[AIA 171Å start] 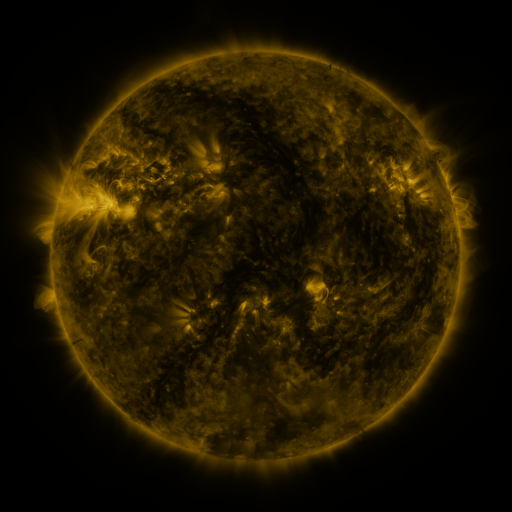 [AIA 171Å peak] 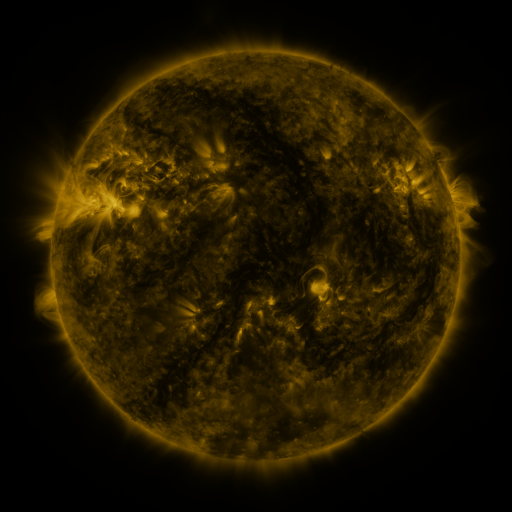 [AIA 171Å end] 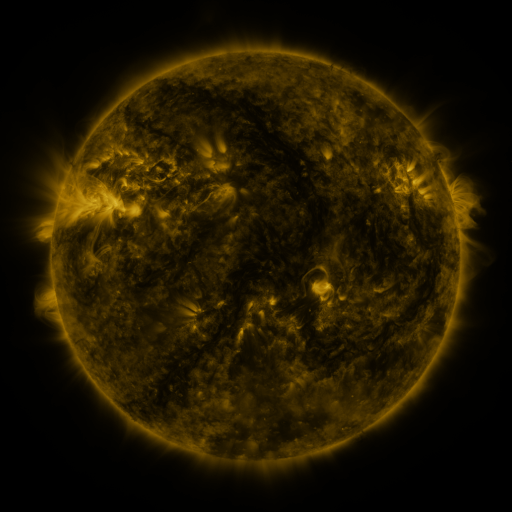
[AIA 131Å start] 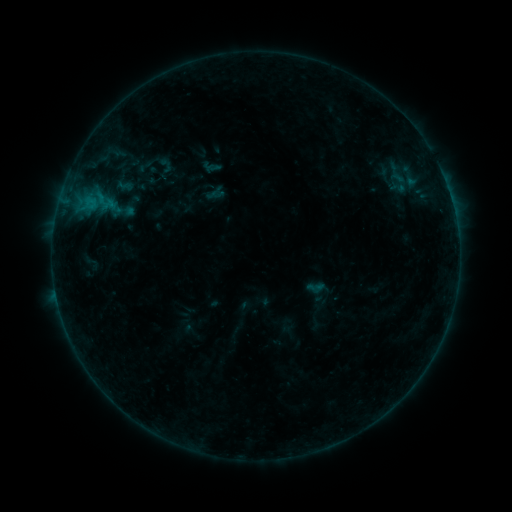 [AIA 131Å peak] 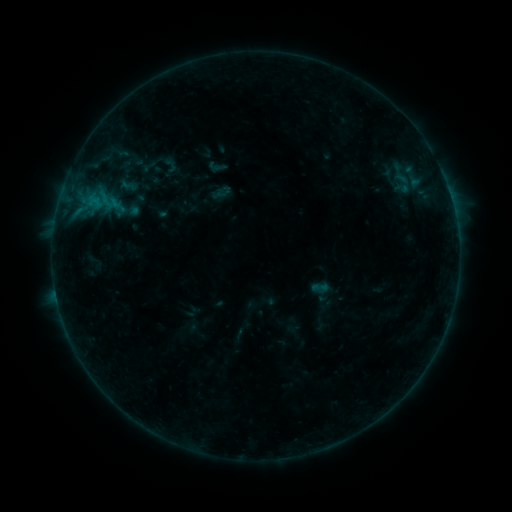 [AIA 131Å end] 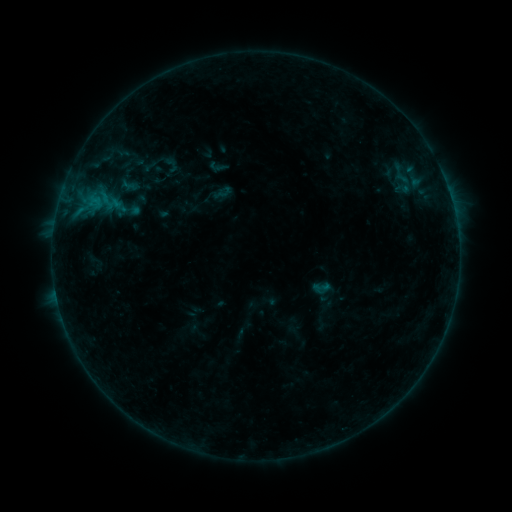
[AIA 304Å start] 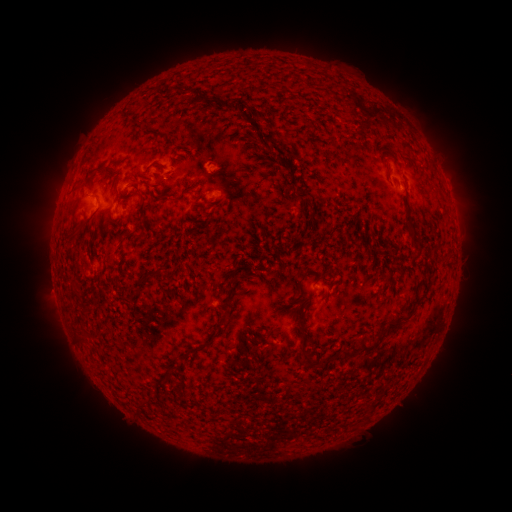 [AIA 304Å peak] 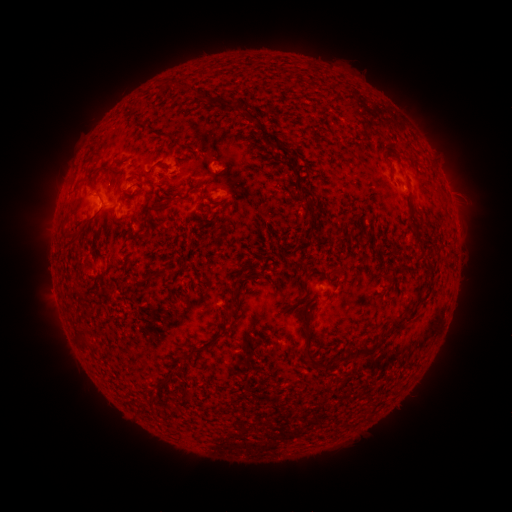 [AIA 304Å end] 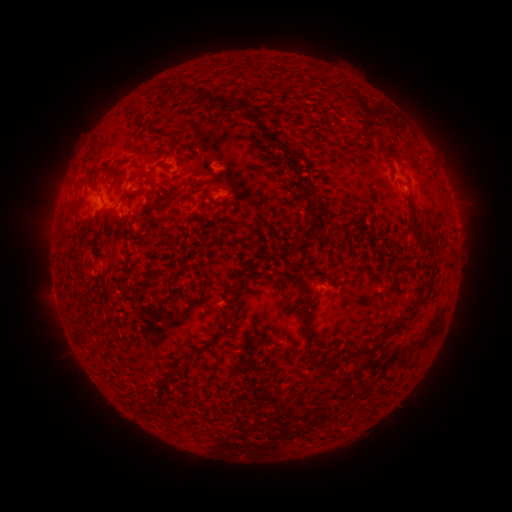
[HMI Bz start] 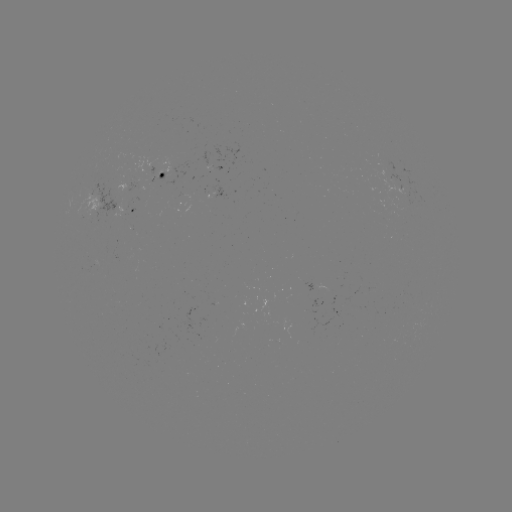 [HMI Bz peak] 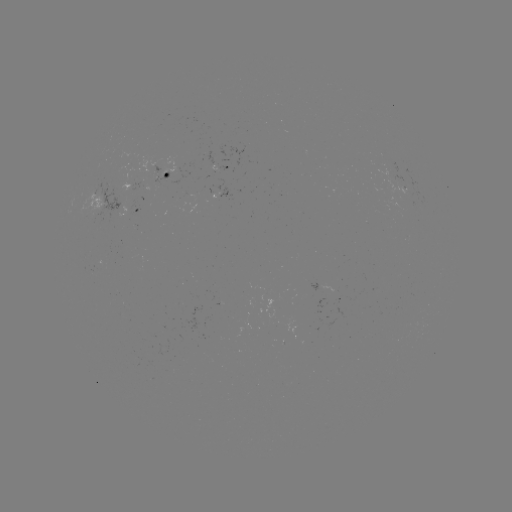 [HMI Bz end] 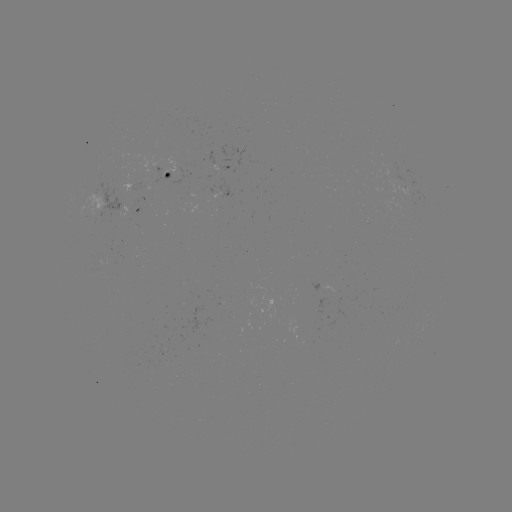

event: emerging-flux region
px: (98, 209)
